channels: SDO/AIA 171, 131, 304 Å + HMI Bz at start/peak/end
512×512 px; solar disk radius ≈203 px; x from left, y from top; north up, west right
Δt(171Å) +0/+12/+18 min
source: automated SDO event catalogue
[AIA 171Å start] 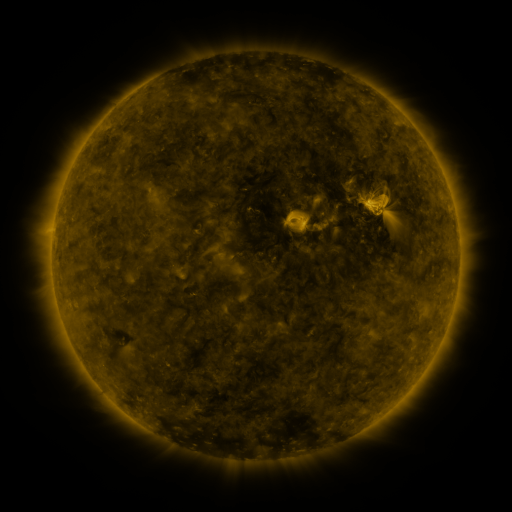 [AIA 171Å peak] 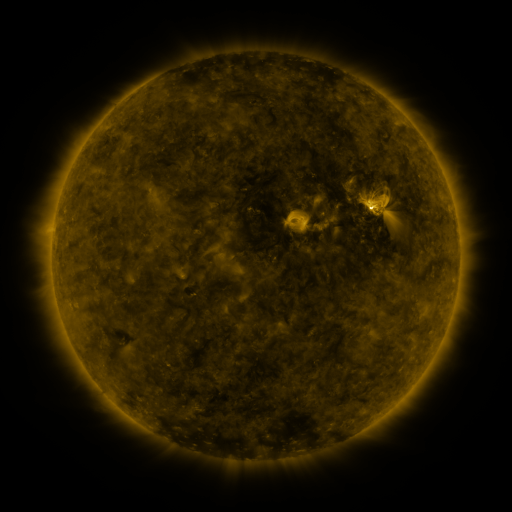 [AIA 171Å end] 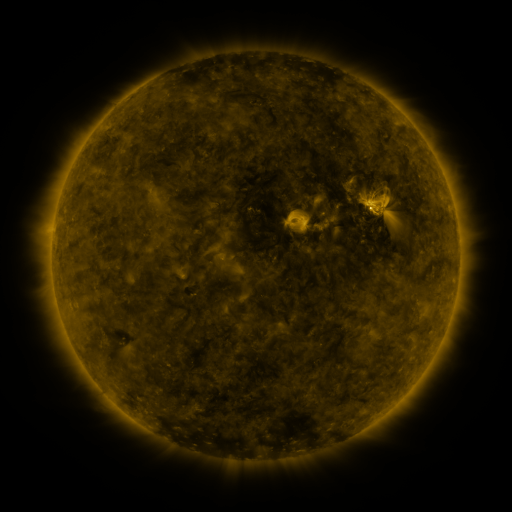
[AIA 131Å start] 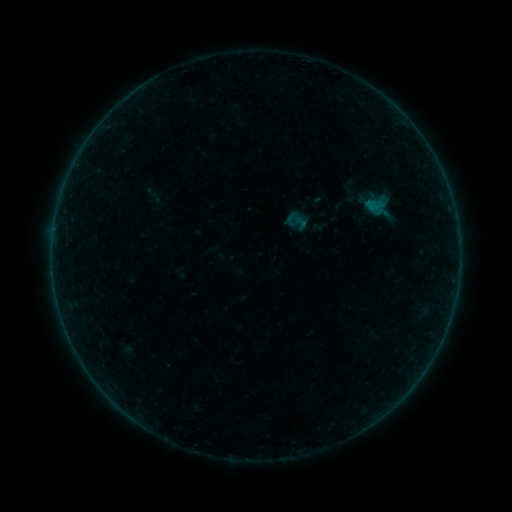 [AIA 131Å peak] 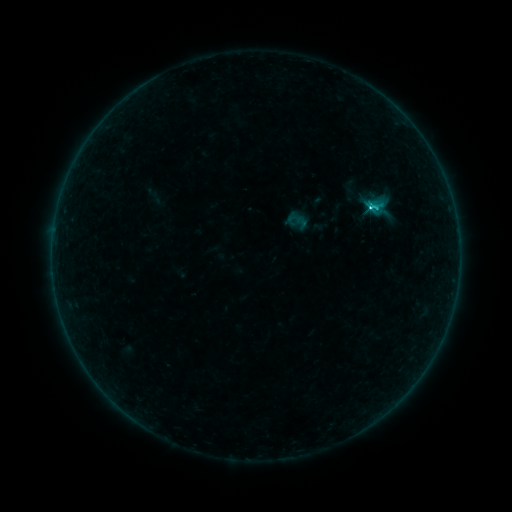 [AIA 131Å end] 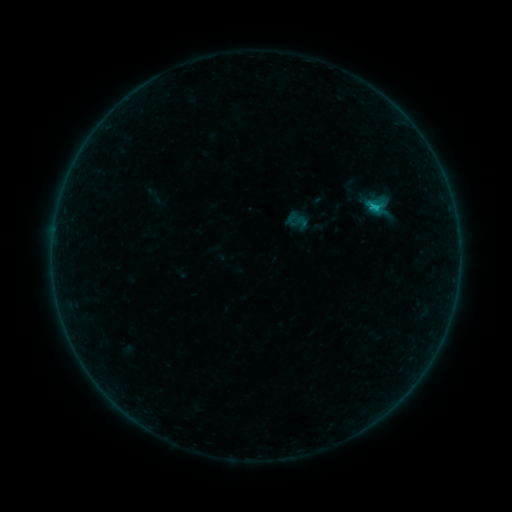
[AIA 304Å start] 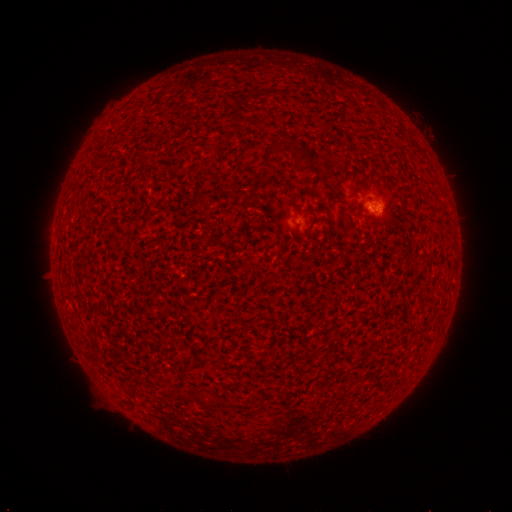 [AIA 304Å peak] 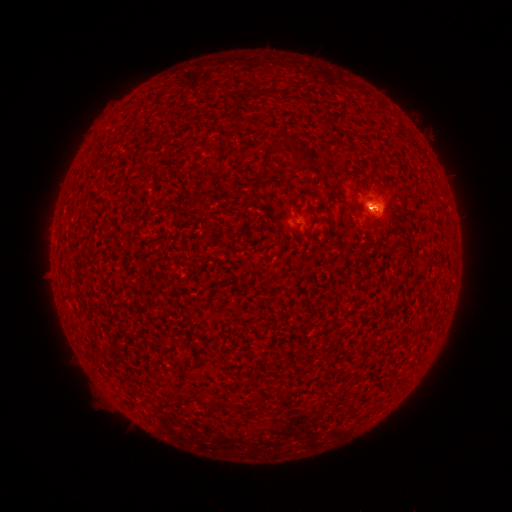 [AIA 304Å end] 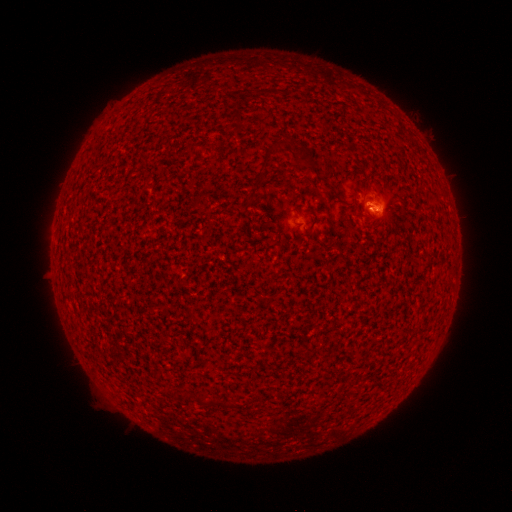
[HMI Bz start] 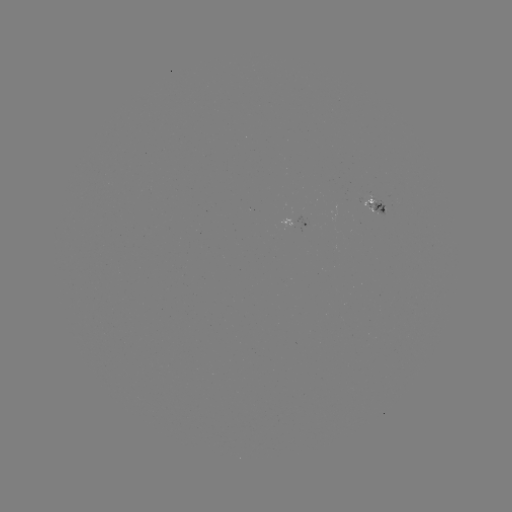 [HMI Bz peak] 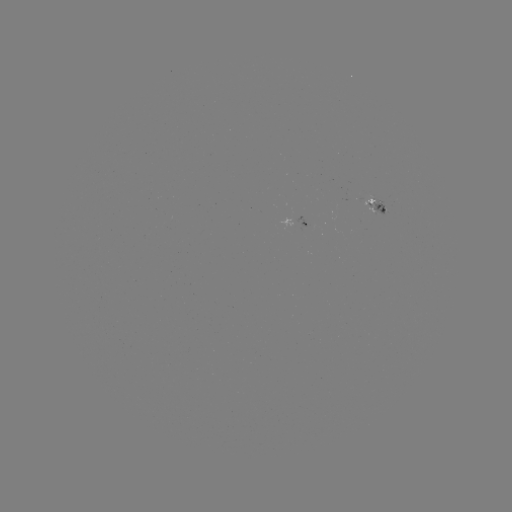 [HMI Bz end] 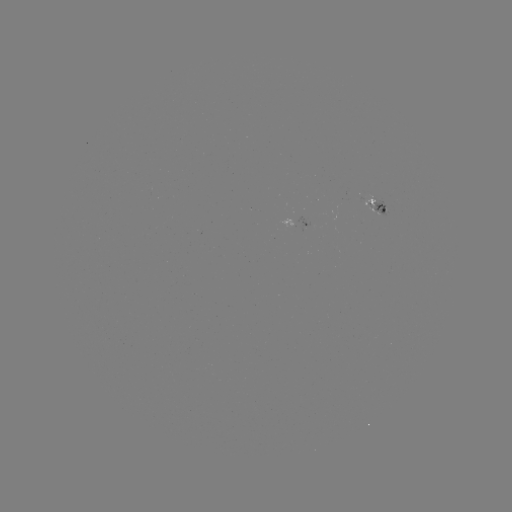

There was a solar flare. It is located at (369, 210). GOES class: C1.2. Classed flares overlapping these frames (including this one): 1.